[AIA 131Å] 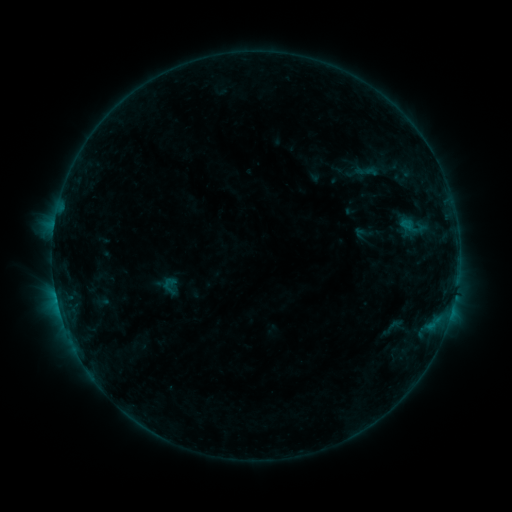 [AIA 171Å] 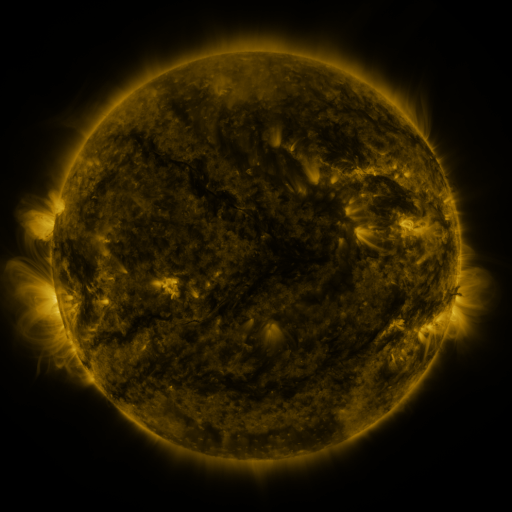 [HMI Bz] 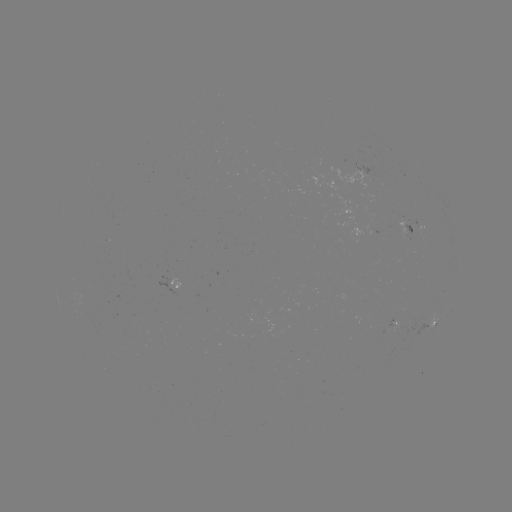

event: sigmoid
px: (392, 327)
